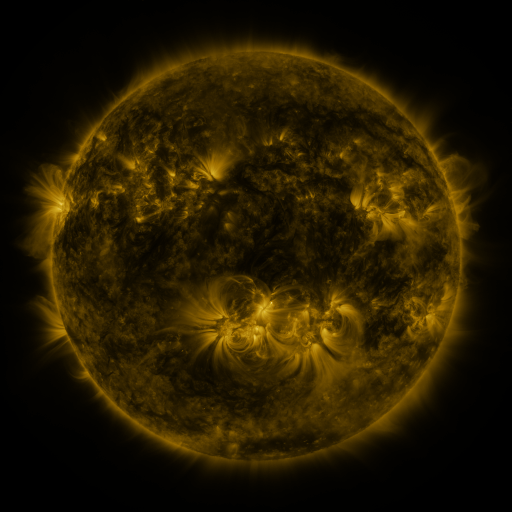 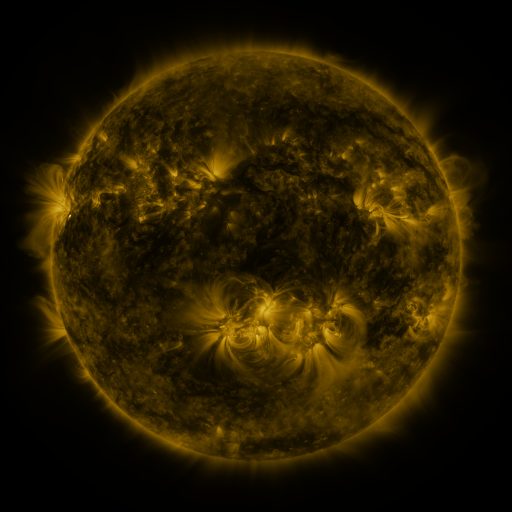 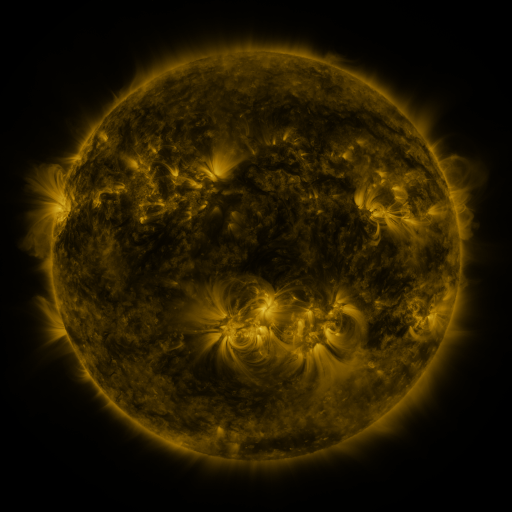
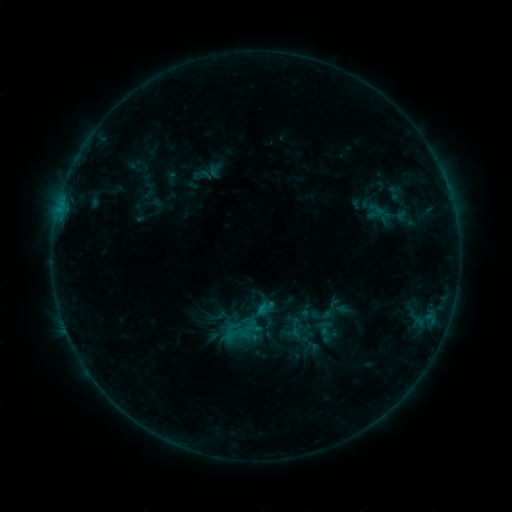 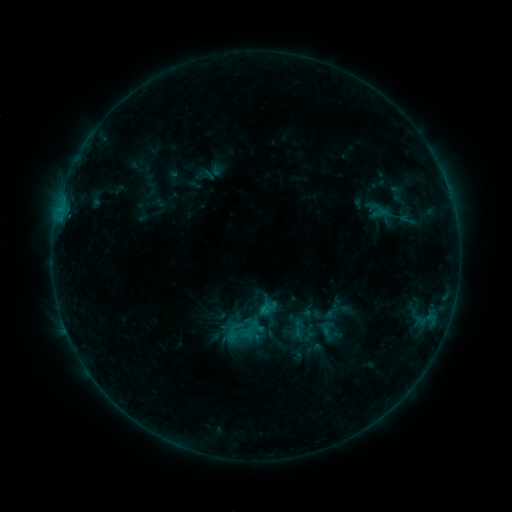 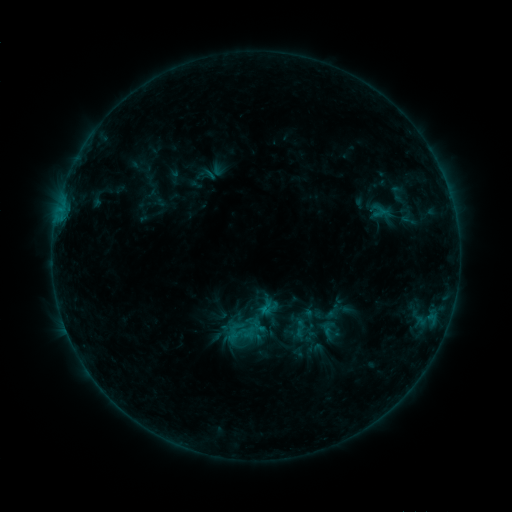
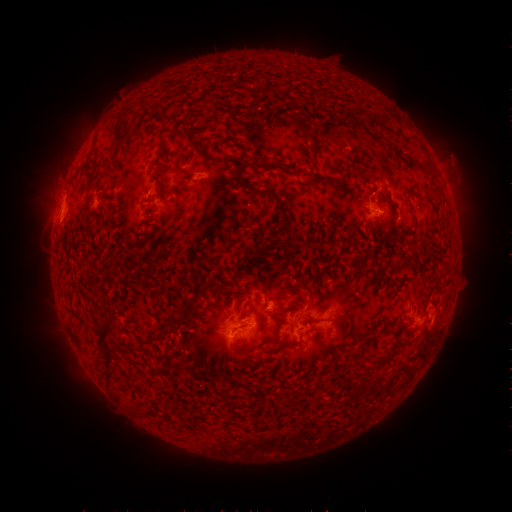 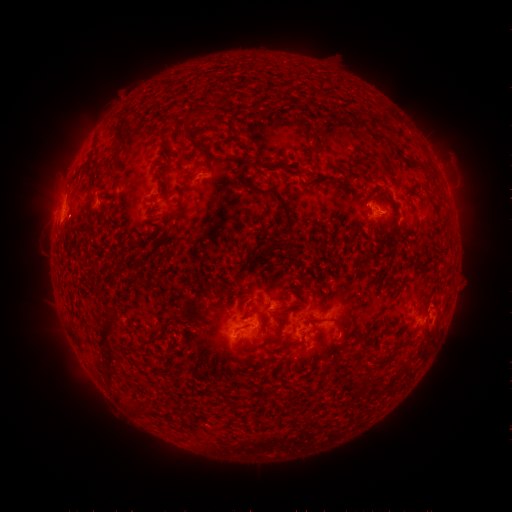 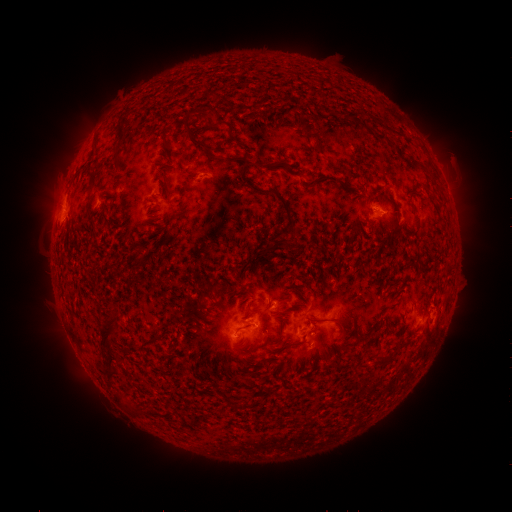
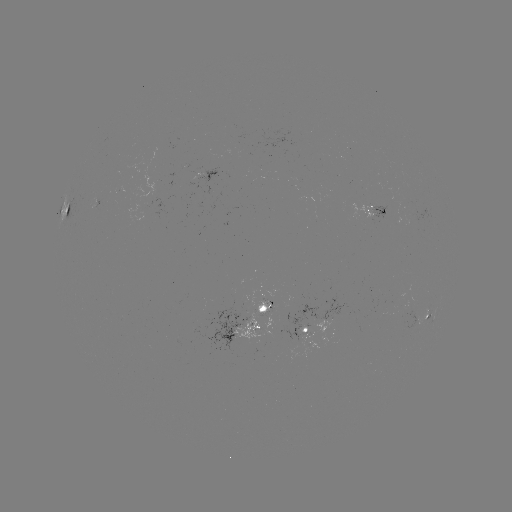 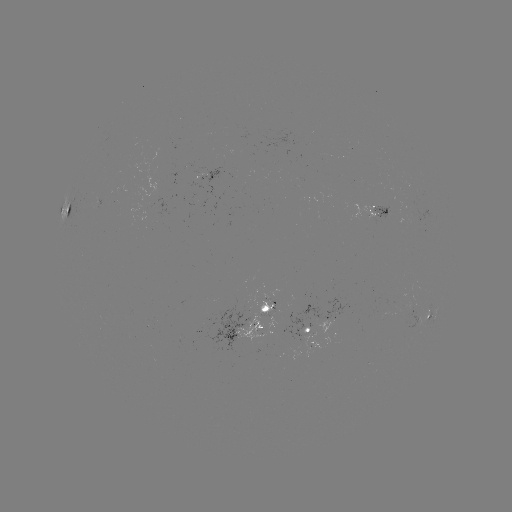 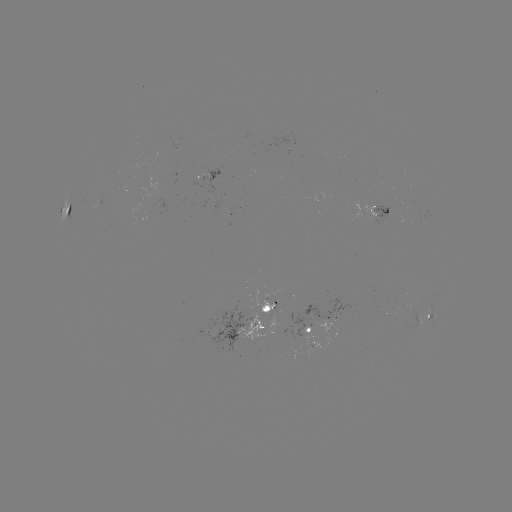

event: emerging-flux region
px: (268, 311)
